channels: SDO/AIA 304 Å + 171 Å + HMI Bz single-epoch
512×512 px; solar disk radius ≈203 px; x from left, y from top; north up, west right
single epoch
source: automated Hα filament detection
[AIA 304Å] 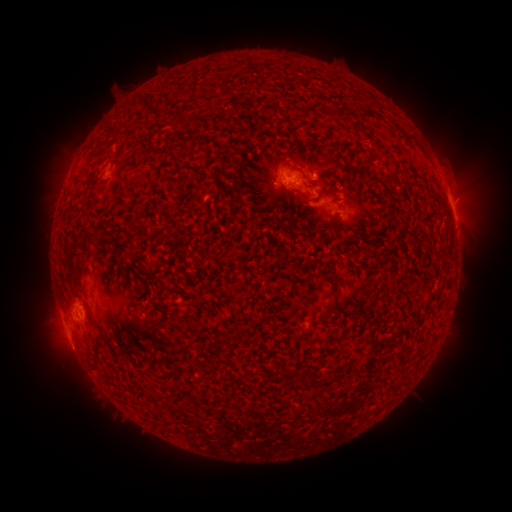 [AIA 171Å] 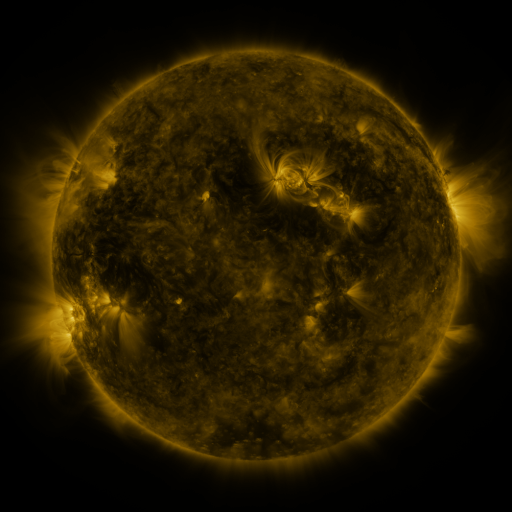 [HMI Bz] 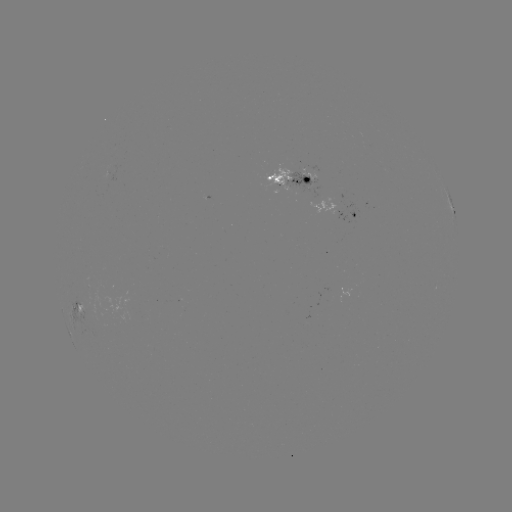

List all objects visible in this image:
filament: [408, 136, 417, 145]
filament: [328, 154, 340, 168]
filament: [322, 223, 332, 233]
filament: [79, 229, 98, 247]
filament: [66, 240, 85, 298]
filament: [330, 266, 339, 296]
filament: [318, 310, 328, 317]
filament: [87, 331, 102, 368]
